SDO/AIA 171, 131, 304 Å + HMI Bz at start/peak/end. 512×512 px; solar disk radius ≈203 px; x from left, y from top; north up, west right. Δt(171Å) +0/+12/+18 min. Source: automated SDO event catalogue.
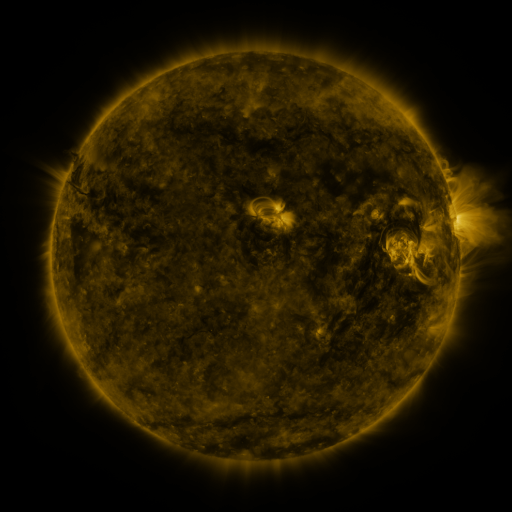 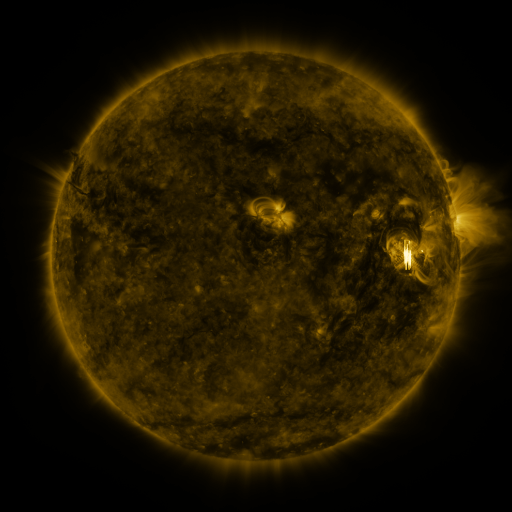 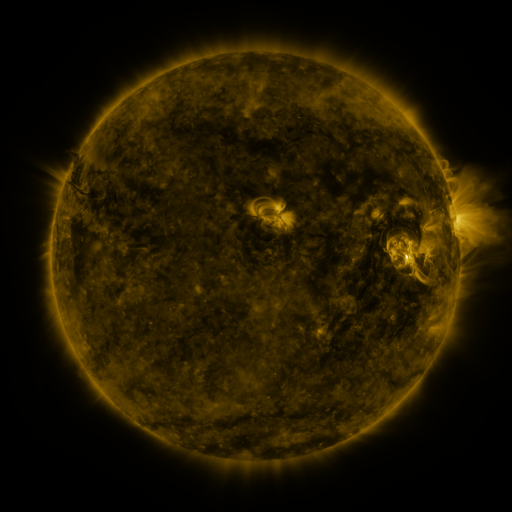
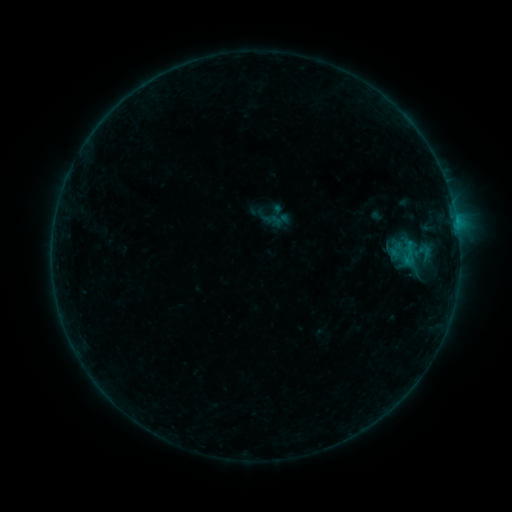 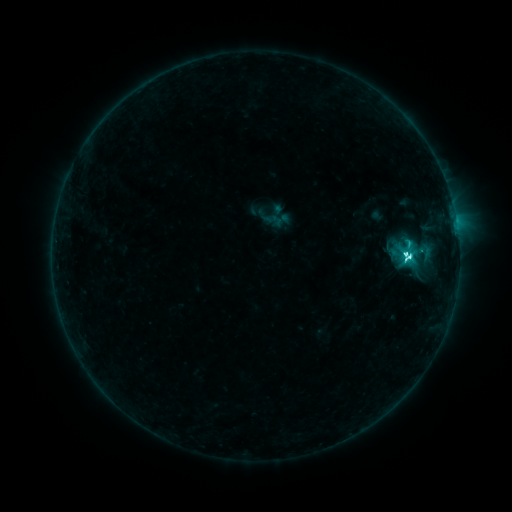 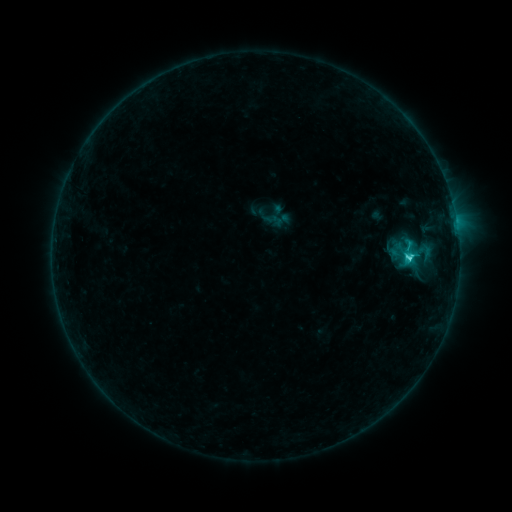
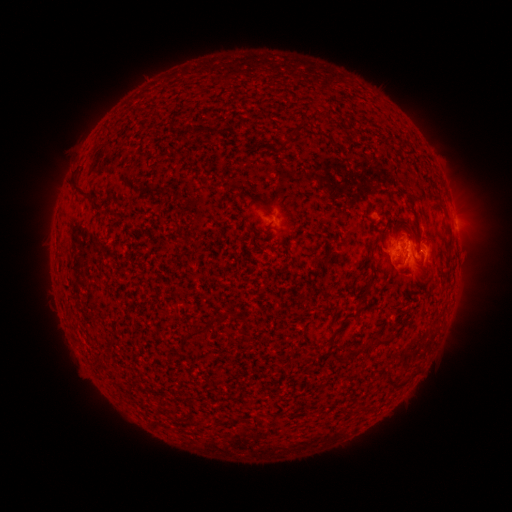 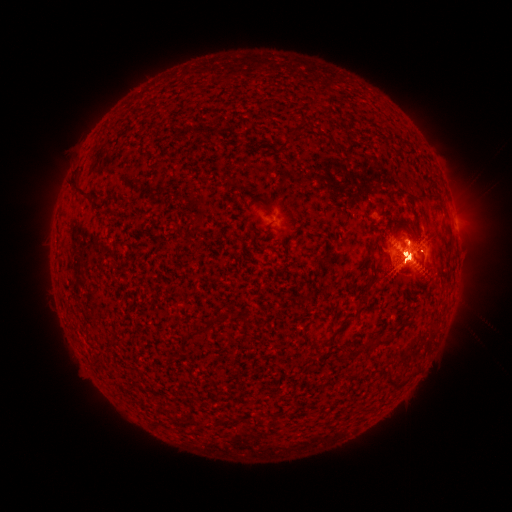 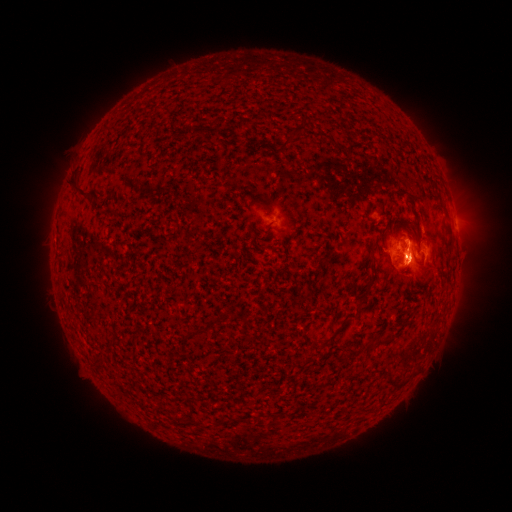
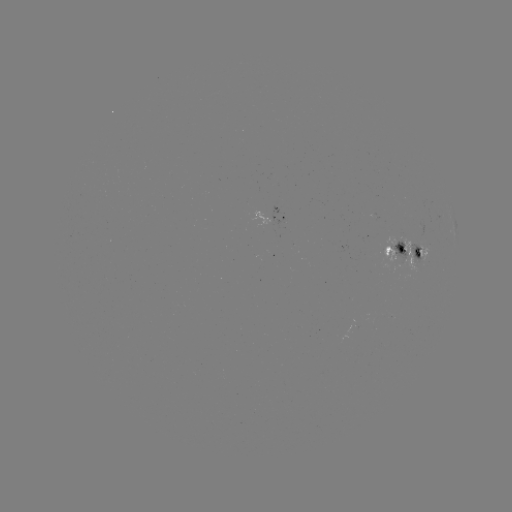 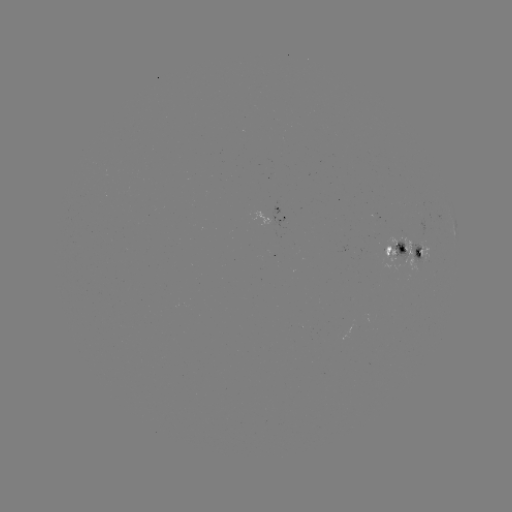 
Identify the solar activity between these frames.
C7.2 flare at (407, 260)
